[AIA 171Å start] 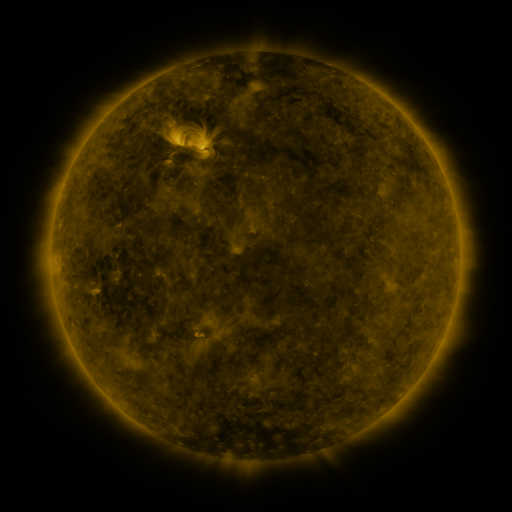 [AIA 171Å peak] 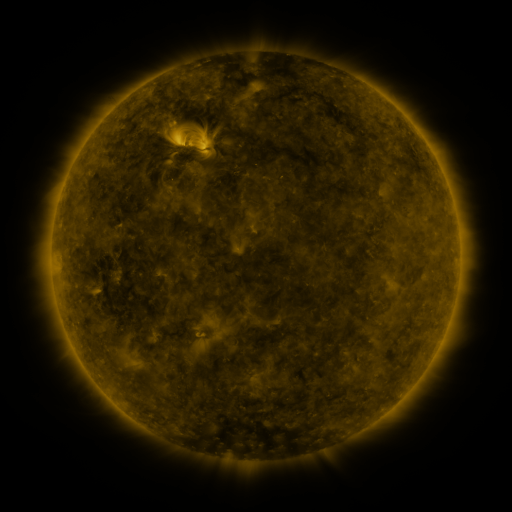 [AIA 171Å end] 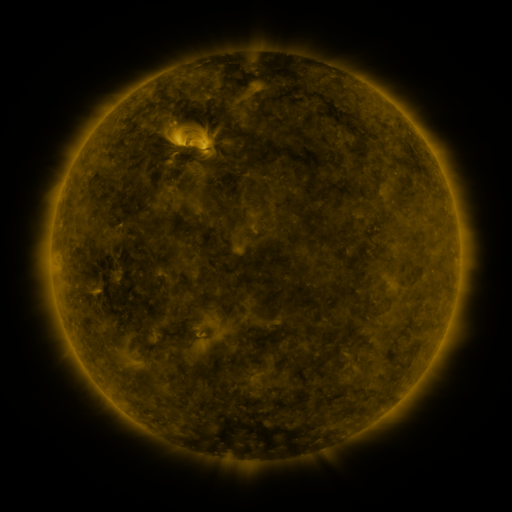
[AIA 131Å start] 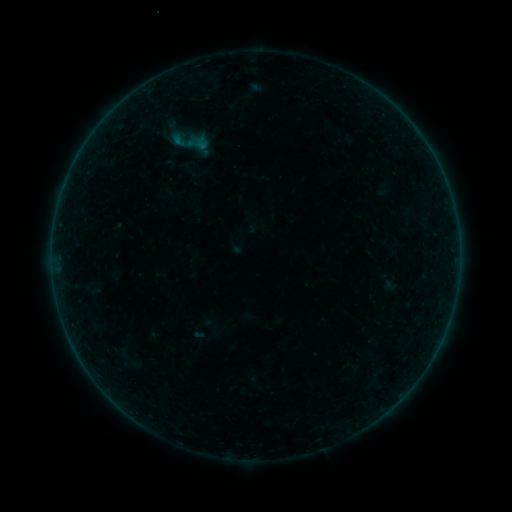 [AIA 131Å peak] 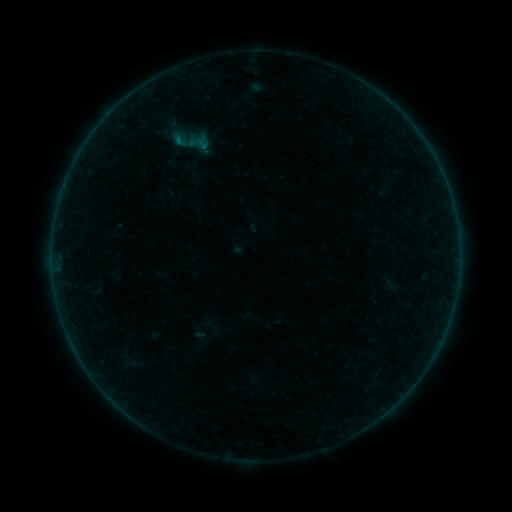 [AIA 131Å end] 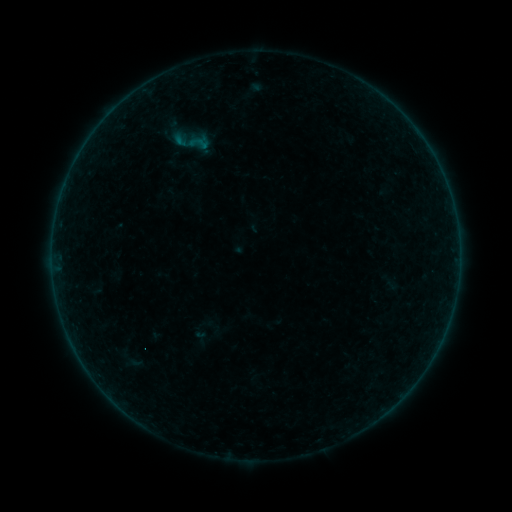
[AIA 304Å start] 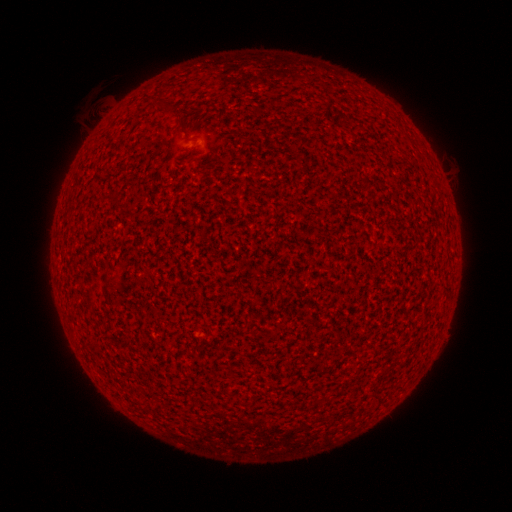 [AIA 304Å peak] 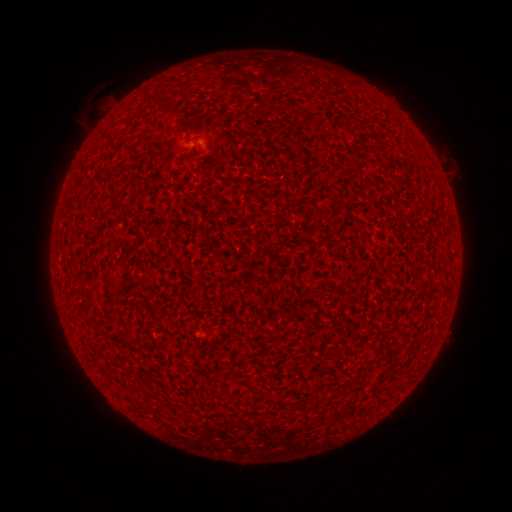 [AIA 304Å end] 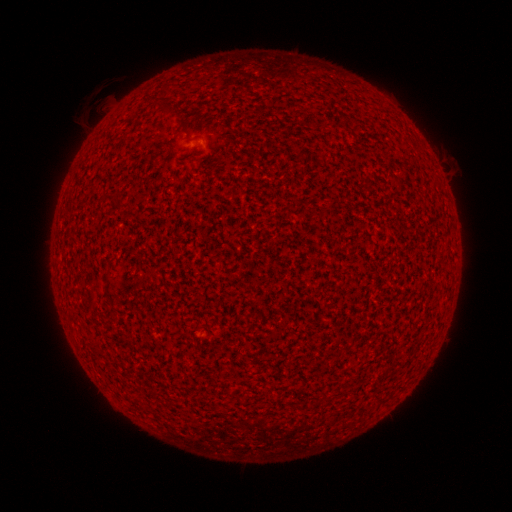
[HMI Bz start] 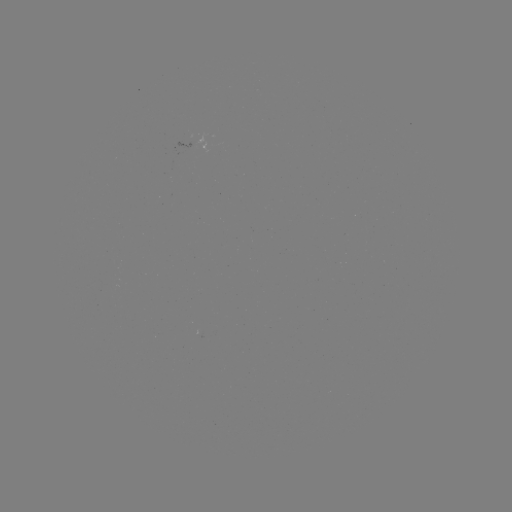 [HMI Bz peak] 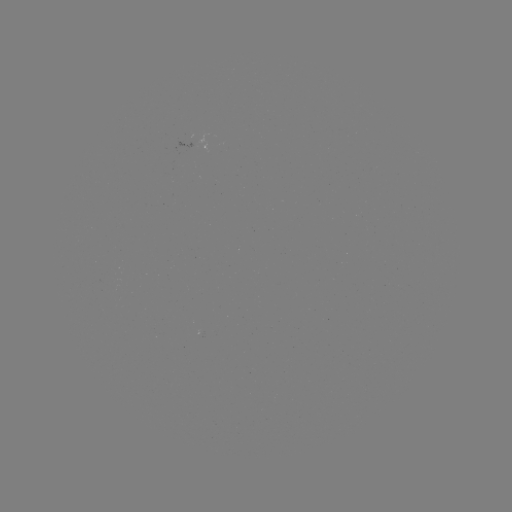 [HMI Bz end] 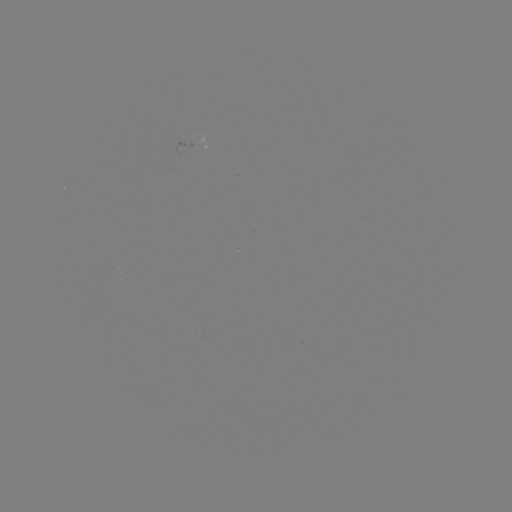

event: flare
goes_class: A2.8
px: (196, 142)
